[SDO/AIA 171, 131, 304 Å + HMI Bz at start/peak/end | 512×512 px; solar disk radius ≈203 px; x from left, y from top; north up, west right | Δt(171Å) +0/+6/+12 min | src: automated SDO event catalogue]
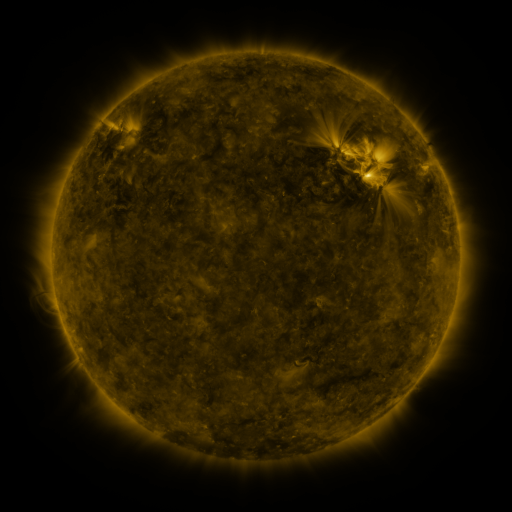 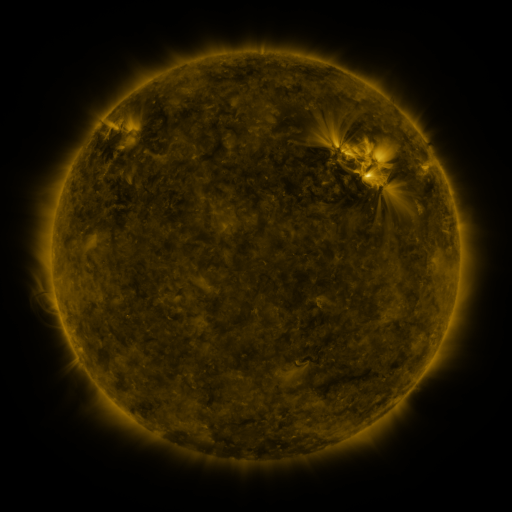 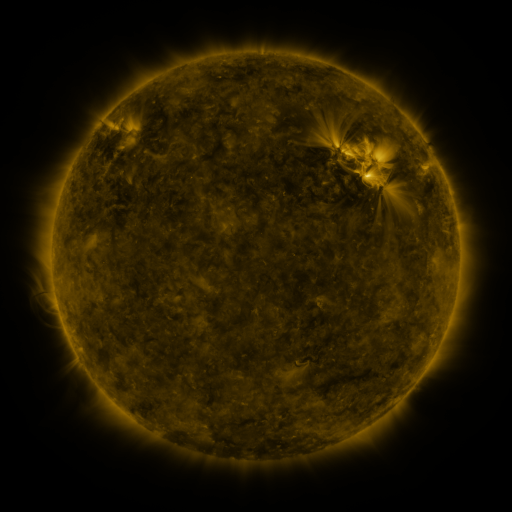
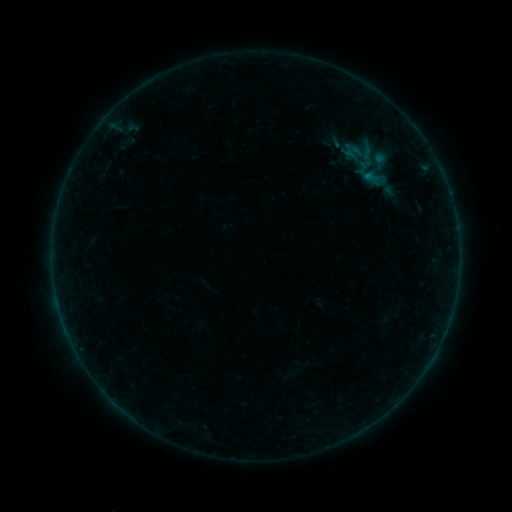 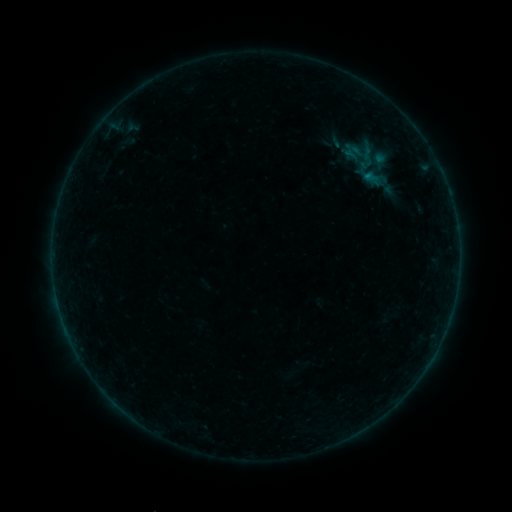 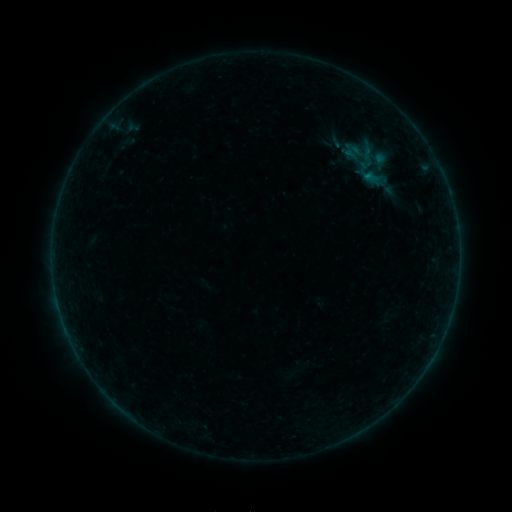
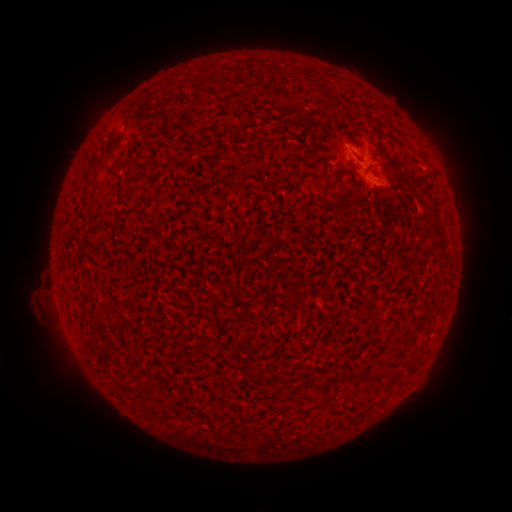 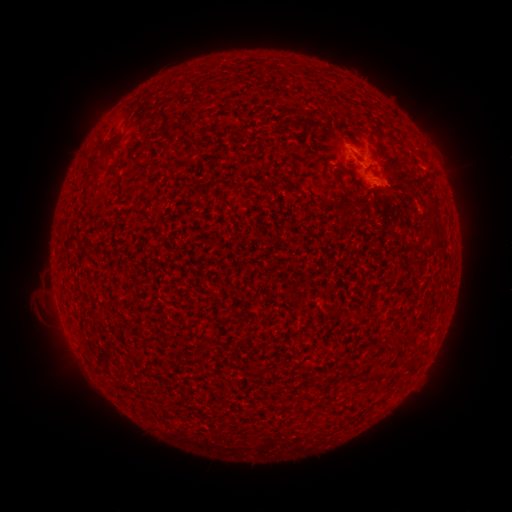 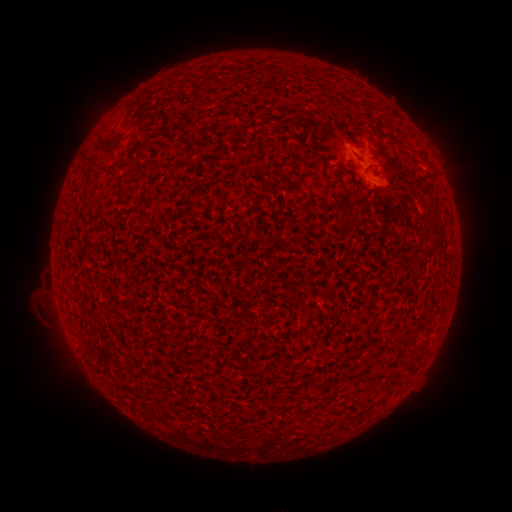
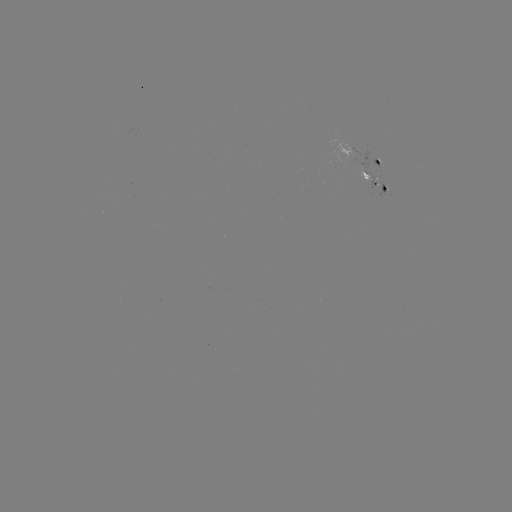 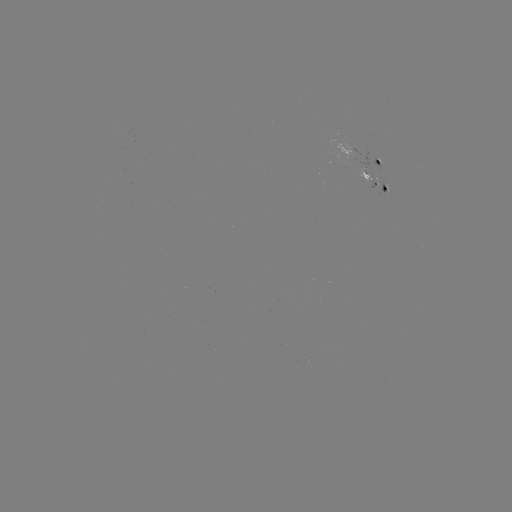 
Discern eruption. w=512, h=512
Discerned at [107, 129].